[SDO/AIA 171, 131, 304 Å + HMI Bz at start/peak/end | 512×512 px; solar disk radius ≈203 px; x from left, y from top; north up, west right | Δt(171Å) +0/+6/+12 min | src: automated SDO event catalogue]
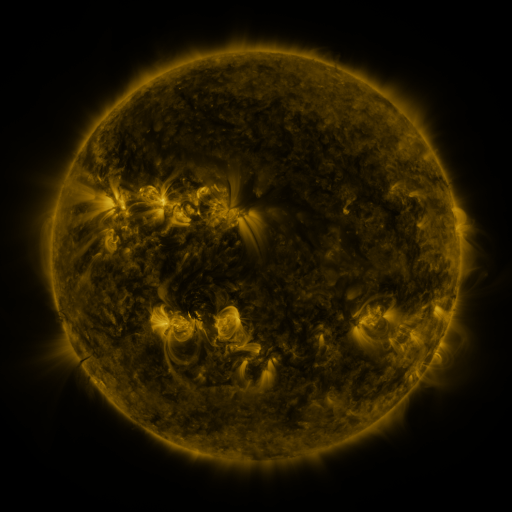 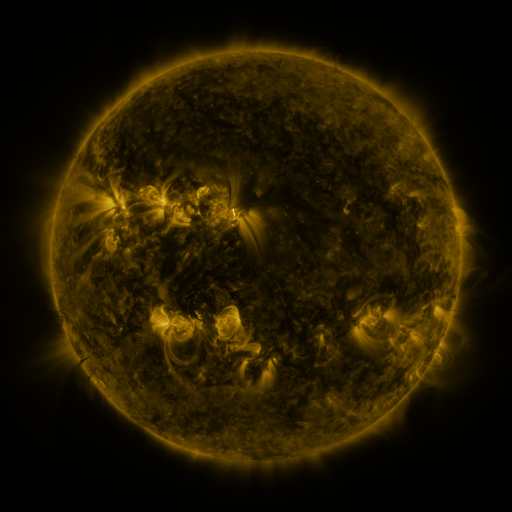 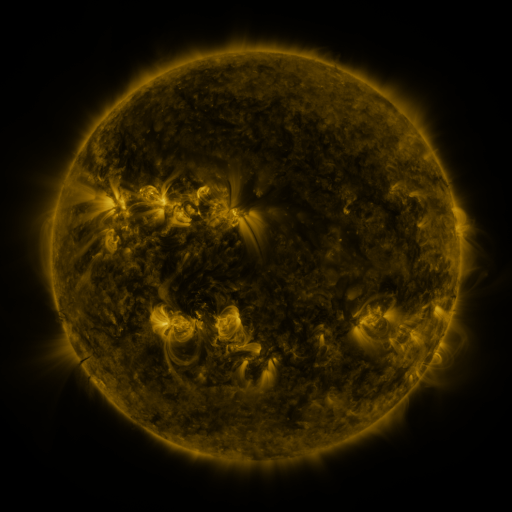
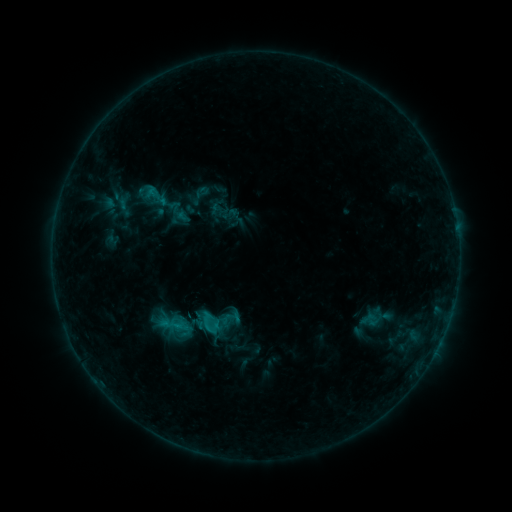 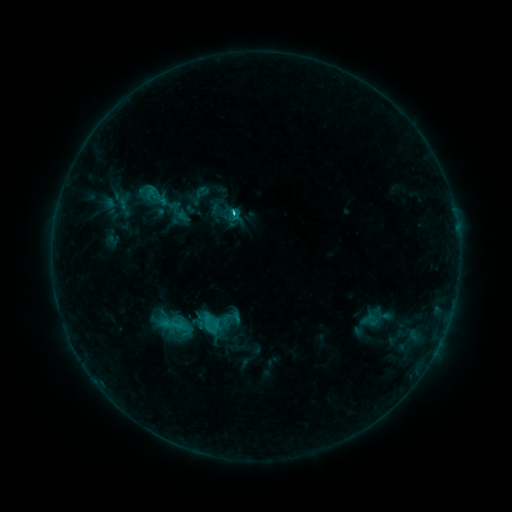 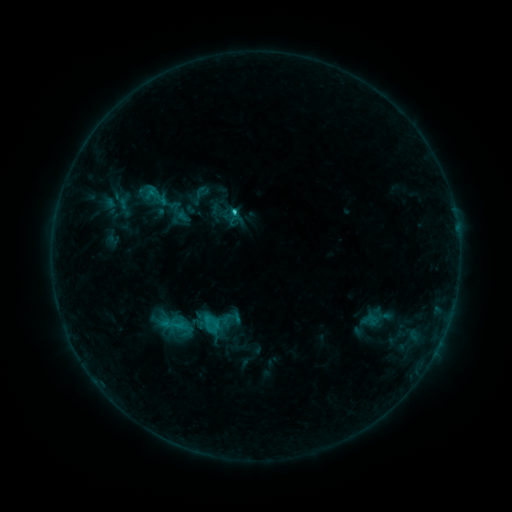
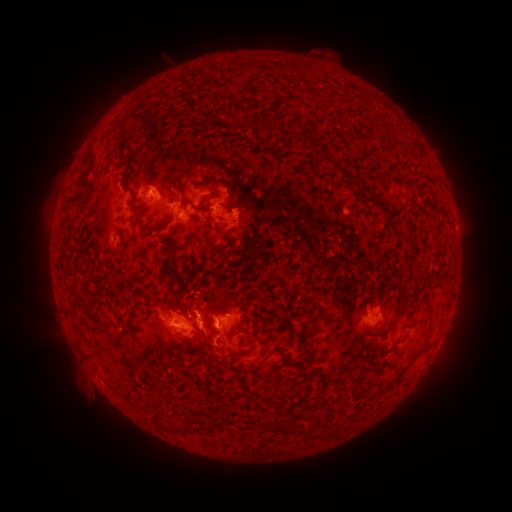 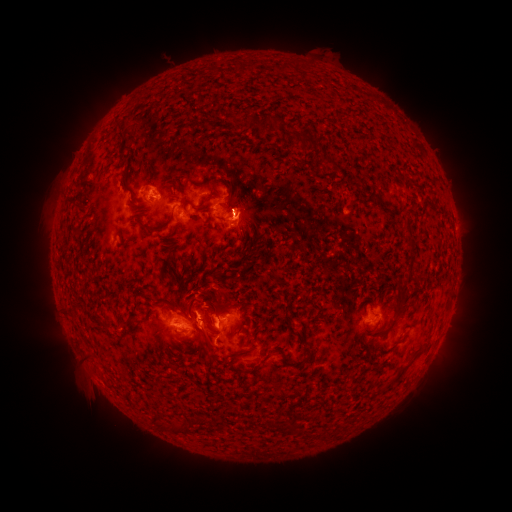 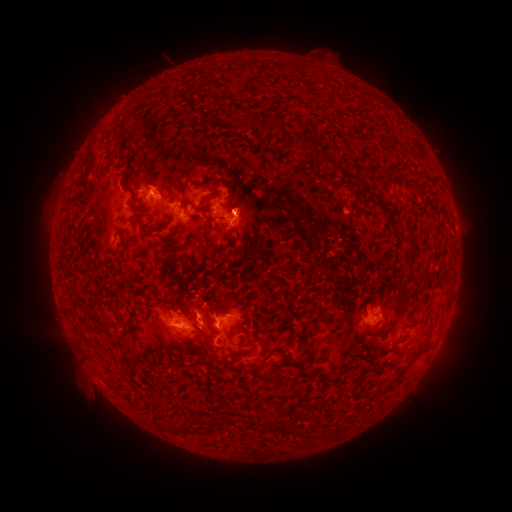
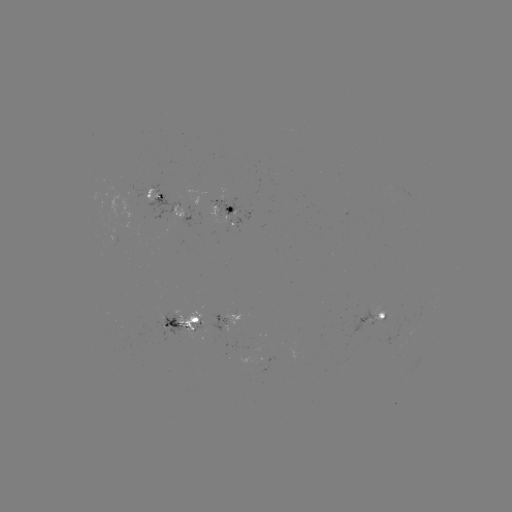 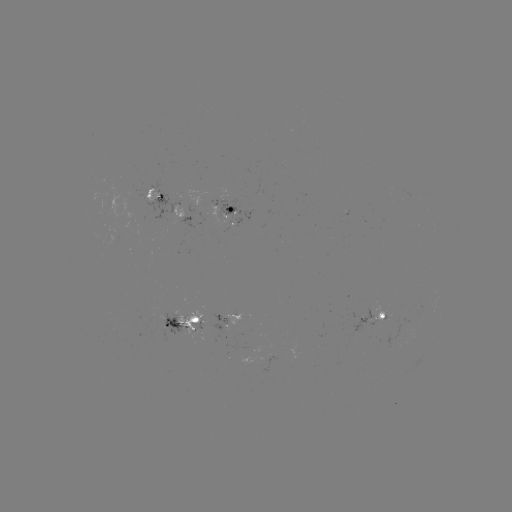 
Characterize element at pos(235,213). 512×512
C2.4 flare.